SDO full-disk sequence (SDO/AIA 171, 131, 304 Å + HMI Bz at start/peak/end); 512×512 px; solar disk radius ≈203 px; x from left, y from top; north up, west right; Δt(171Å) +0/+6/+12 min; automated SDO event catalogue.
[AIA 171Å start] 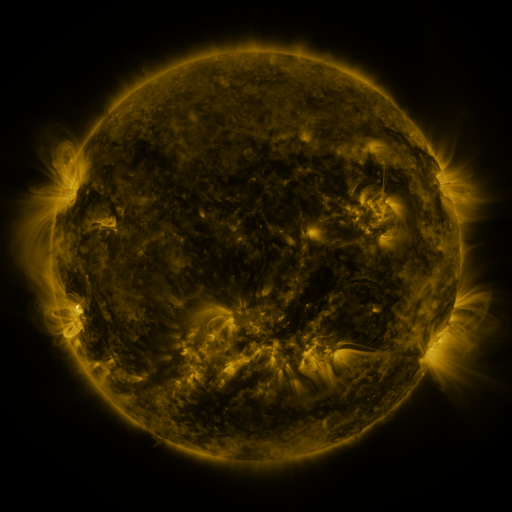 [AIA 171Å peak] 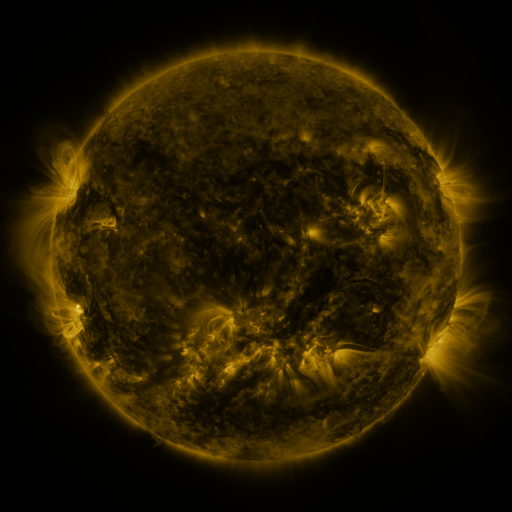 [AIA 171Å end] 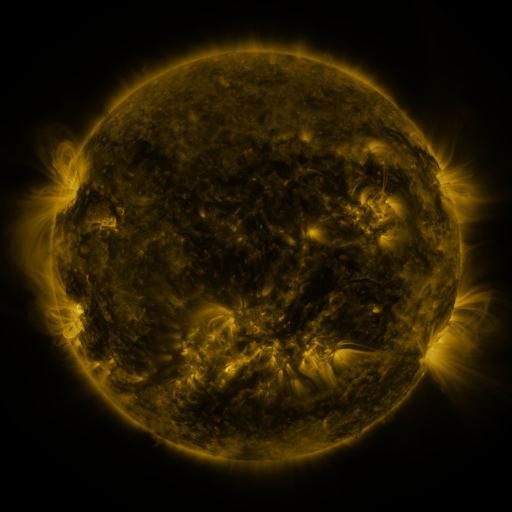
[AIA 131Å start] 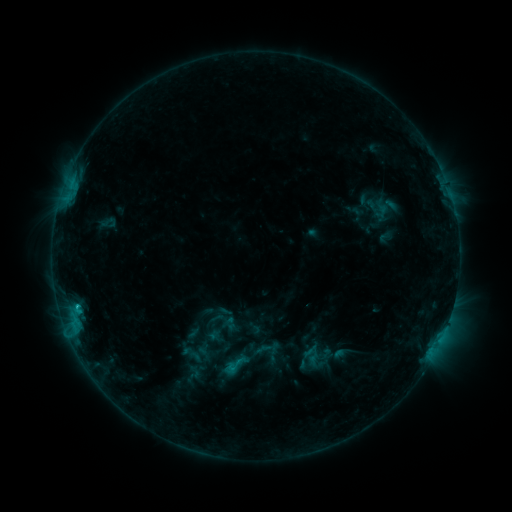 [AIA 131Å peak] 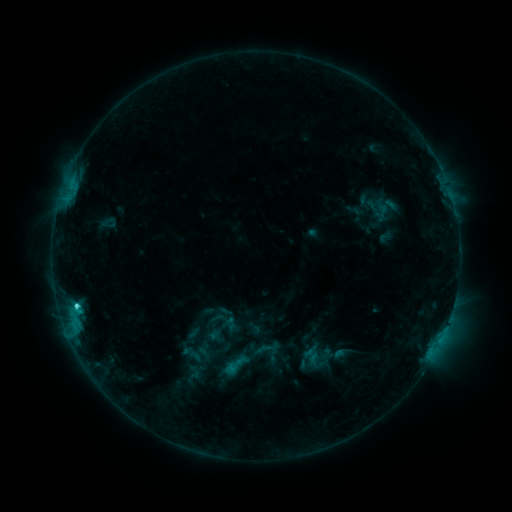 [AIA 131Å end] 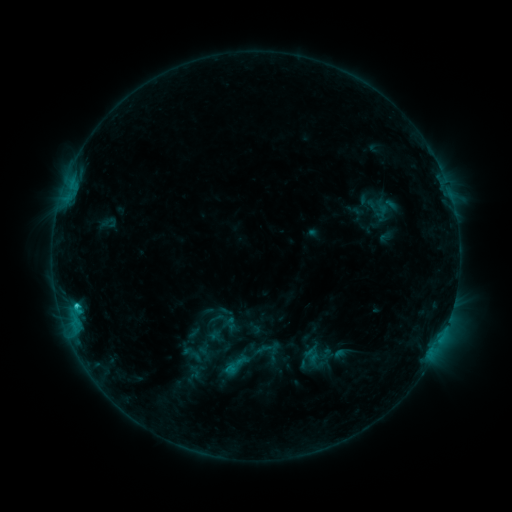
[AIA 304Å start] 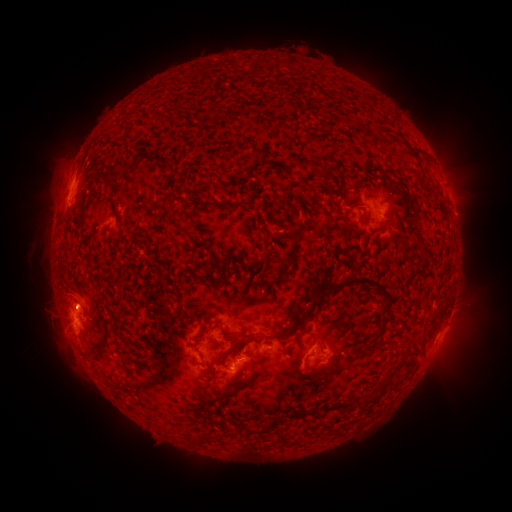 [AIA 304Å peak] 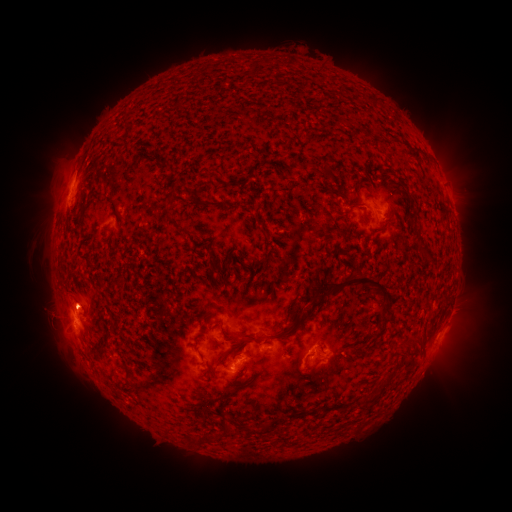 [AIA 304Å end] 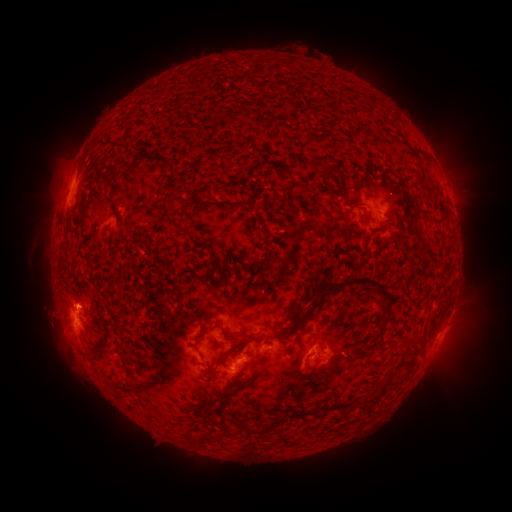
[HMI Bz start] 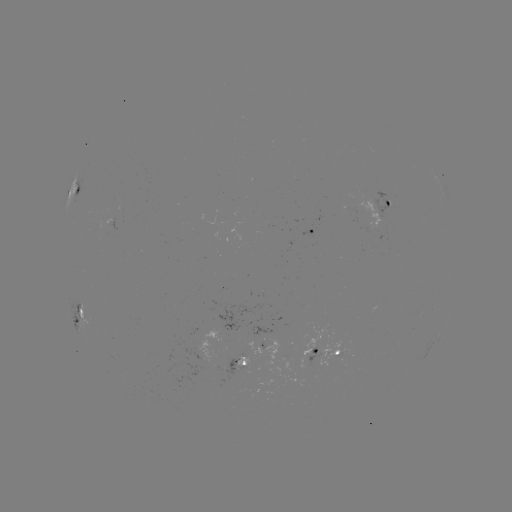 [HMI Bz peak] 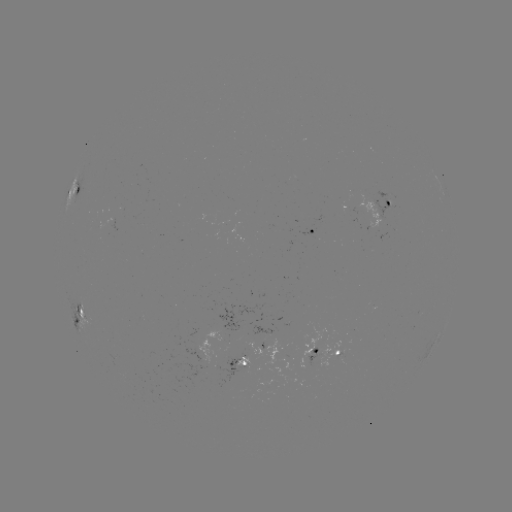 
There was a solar flare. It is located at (77, 304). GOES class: C2.1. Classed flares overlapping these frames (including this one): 1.